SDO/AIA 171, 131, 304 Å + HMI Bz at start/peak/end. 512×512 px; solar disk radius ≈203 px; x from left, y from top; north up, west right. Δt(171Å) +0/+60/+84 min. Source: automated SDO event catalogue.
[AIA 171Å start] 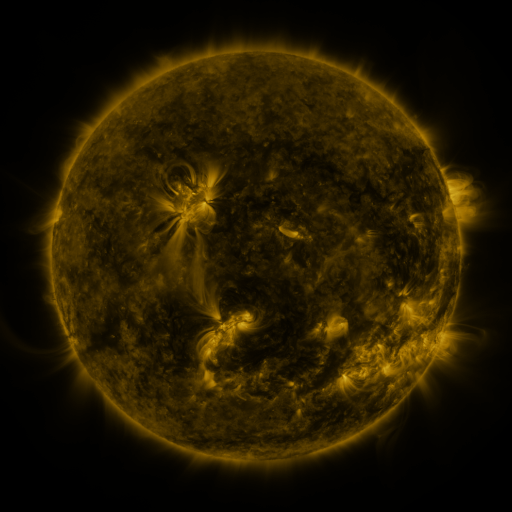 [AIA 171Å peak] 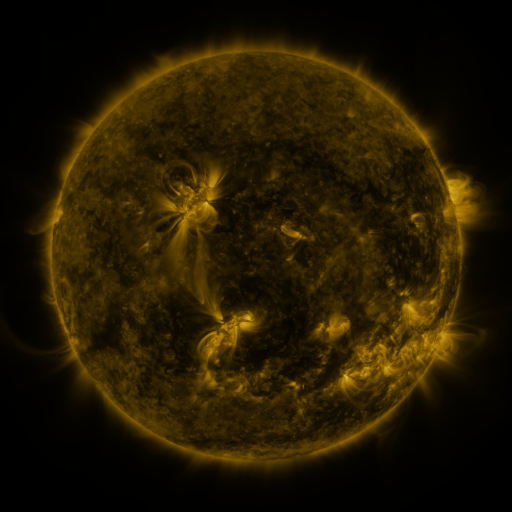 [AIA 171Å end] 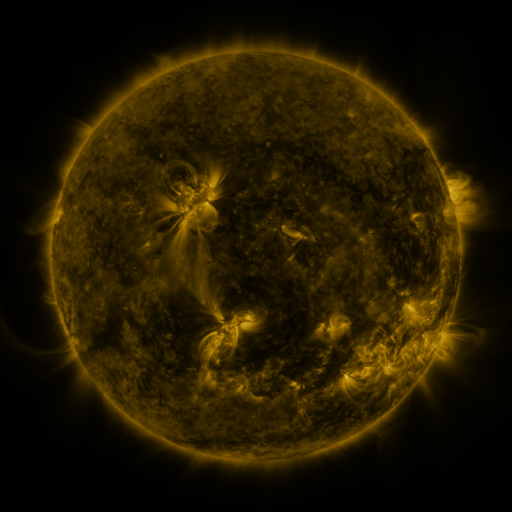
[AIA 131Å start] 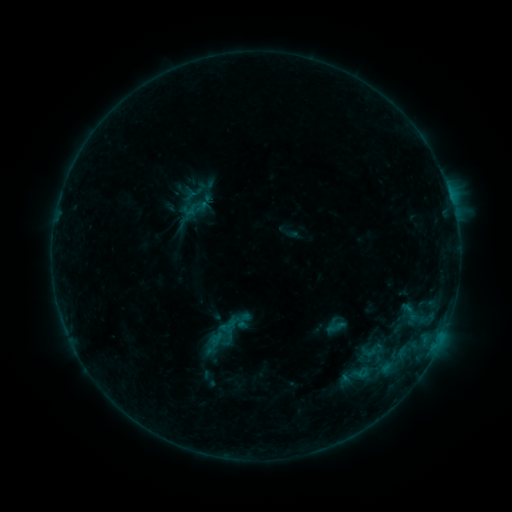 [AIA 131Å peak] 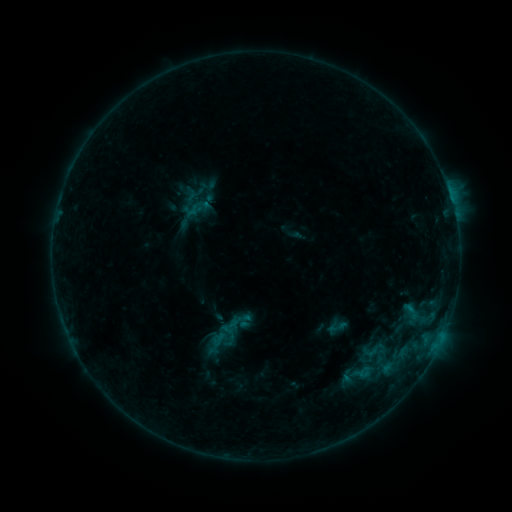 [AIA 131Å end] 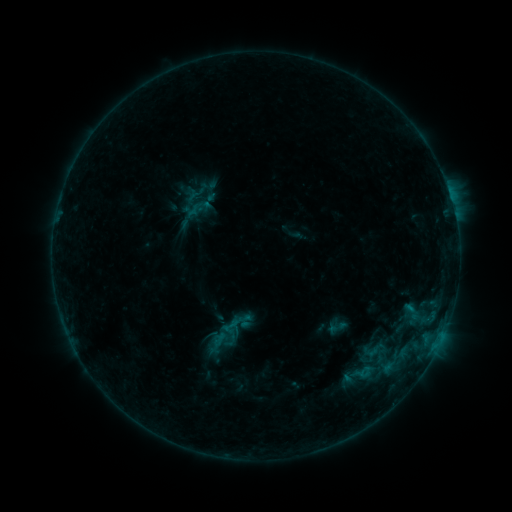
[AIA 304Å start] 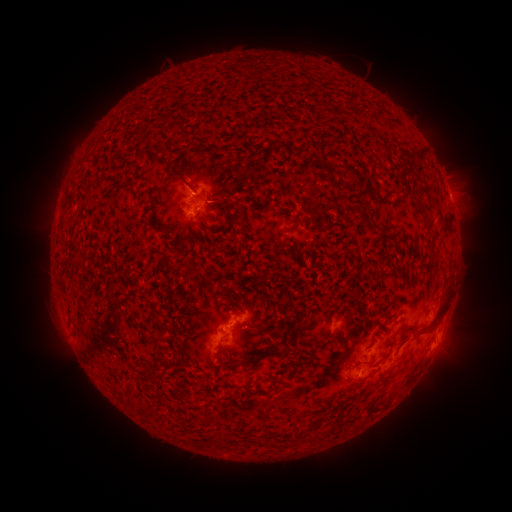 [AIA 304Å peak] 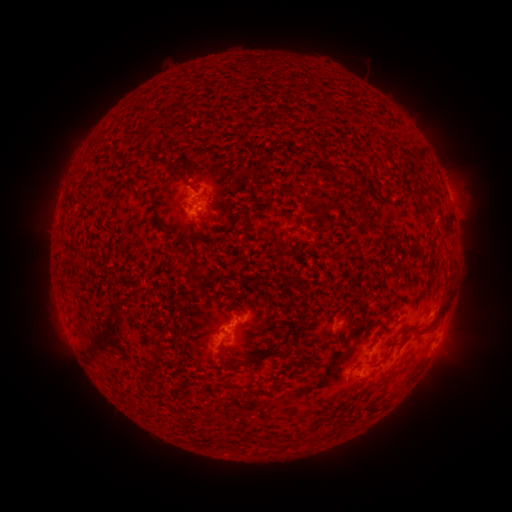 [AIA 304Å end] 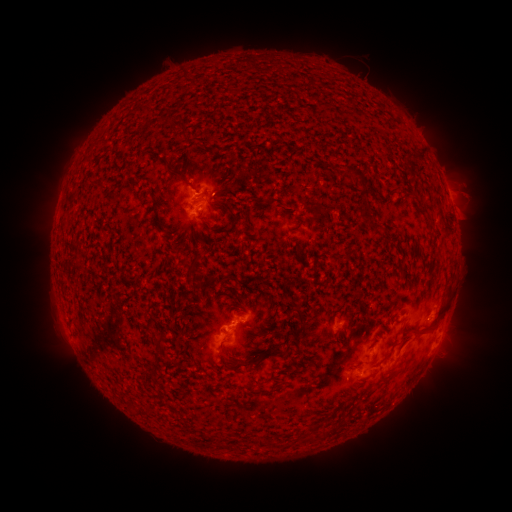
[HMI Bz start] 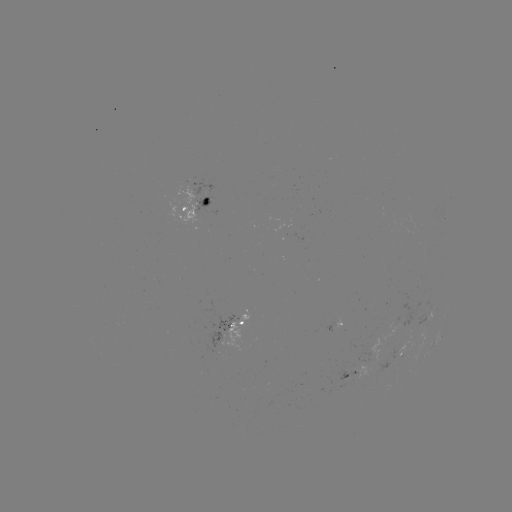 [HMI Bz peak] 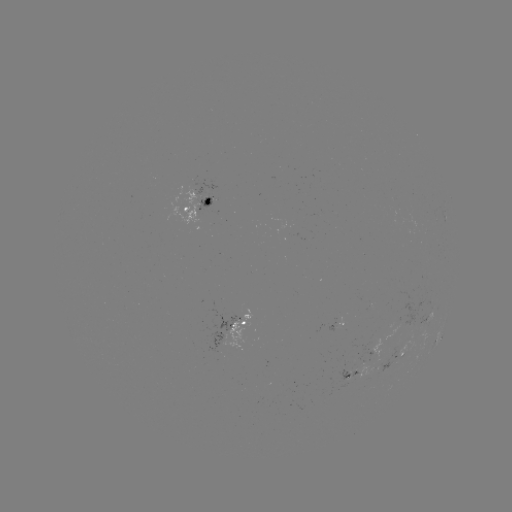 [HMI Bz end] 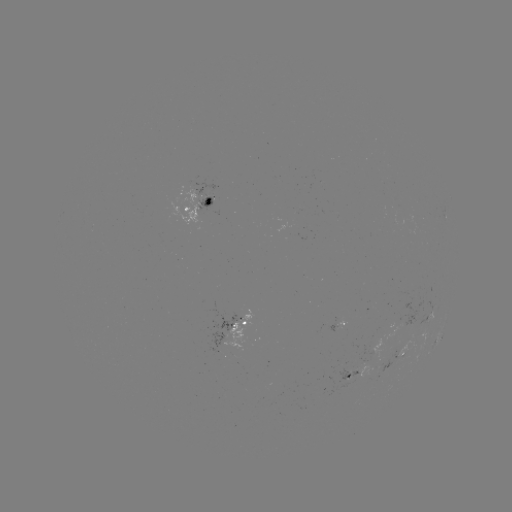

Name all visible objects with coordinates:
emerging-flux region: (395, 348)
